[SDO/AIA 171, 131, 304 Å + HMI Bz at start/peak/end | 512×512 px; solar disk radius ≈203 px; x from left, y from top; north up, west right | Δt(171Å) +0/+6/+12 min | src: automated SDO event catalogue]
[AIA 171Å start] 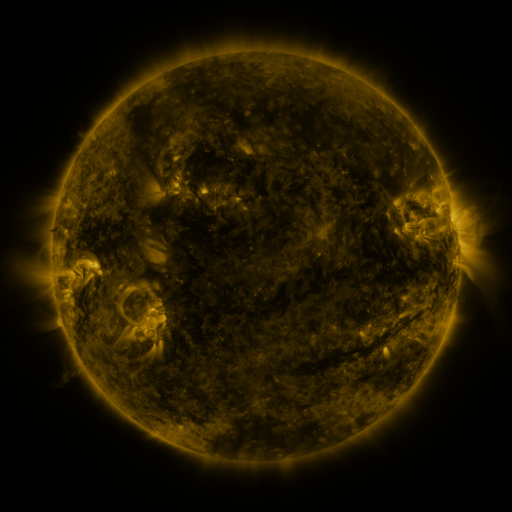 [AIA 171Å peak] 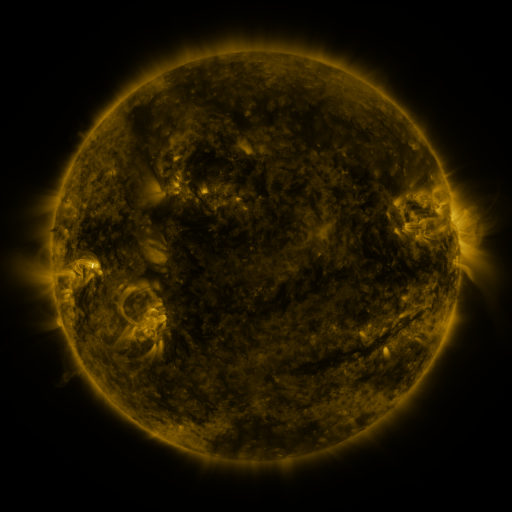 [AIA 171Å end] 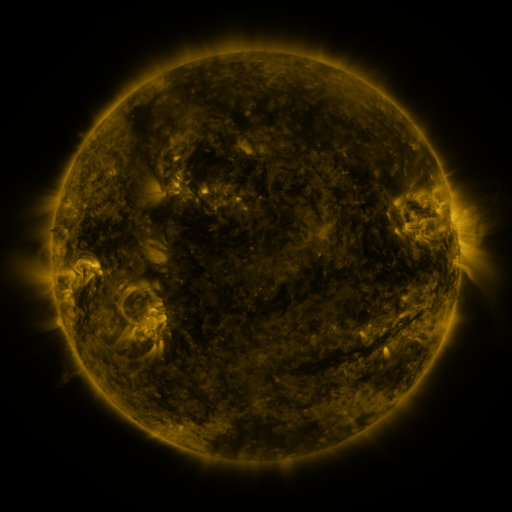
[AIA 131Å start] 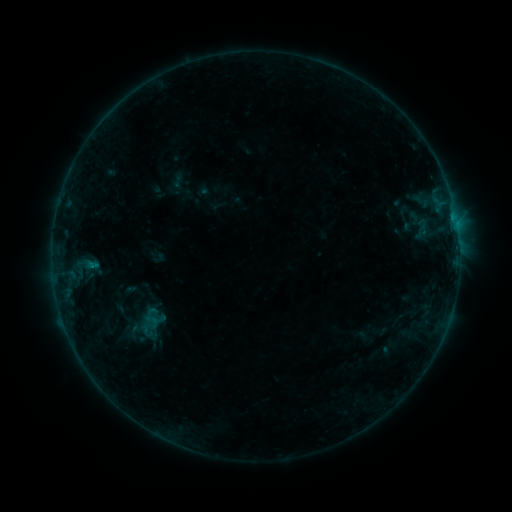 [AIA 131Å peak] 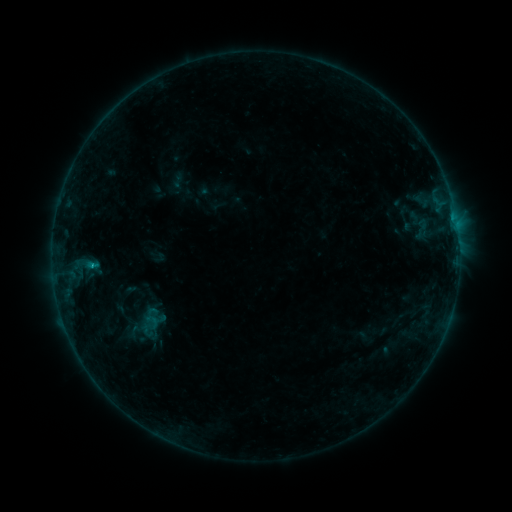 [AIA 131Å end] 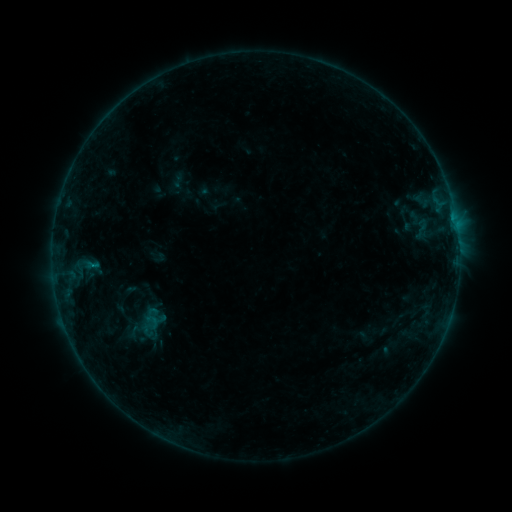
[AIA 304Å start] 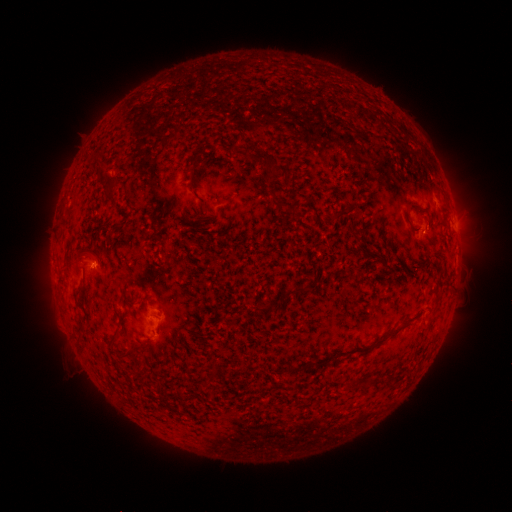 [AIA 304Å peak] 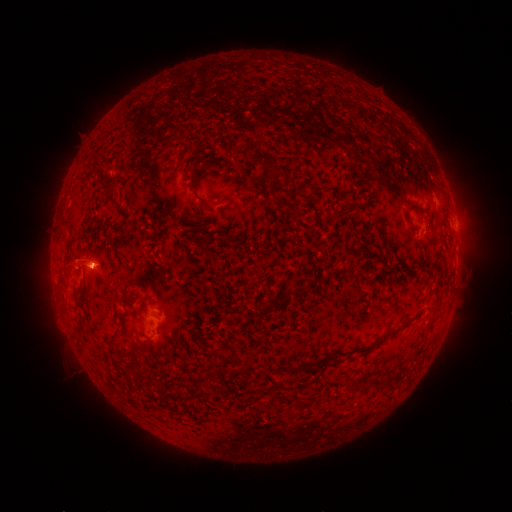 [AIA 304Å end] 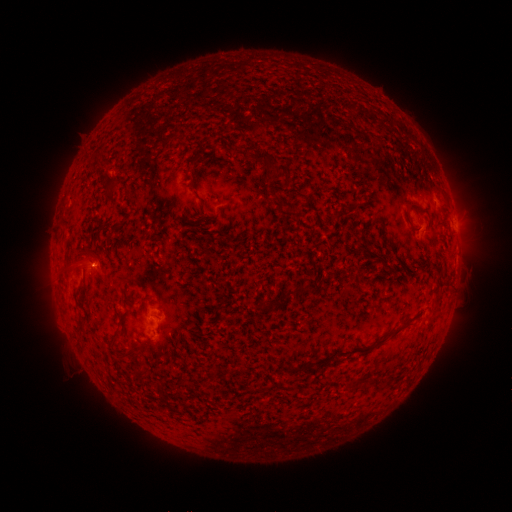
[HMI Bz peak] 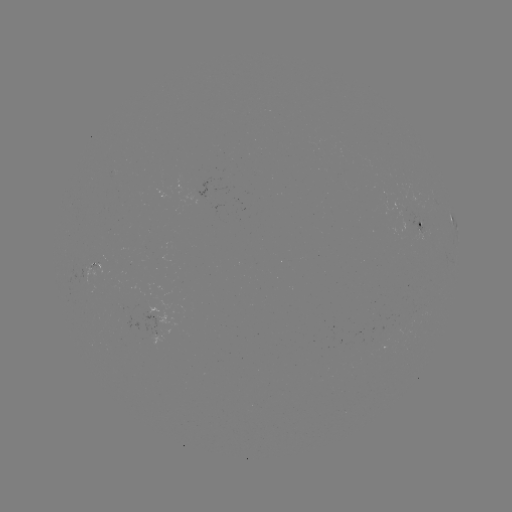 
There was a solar eruption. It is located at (80, 258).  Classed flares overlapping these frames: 1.